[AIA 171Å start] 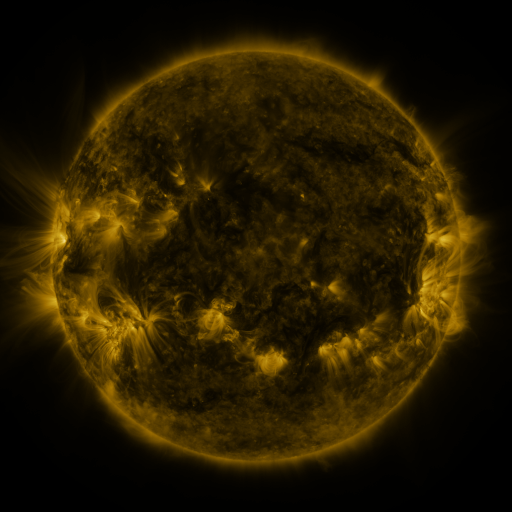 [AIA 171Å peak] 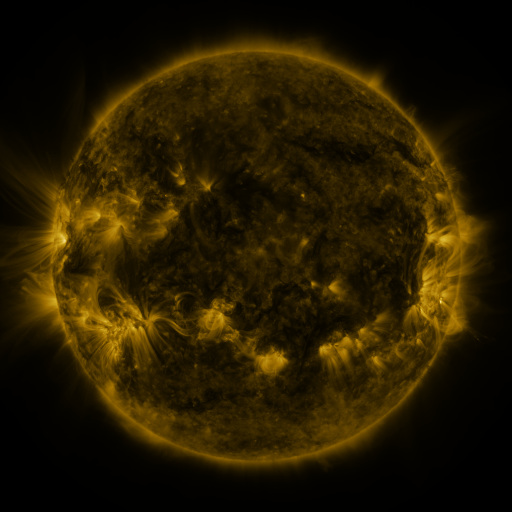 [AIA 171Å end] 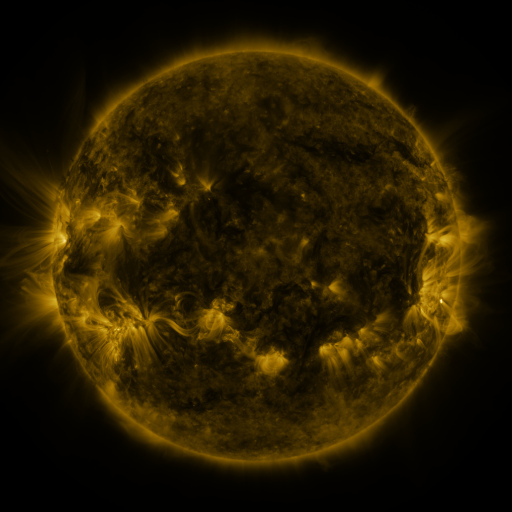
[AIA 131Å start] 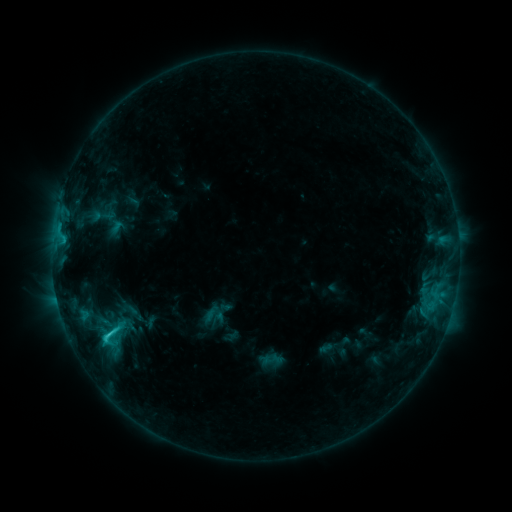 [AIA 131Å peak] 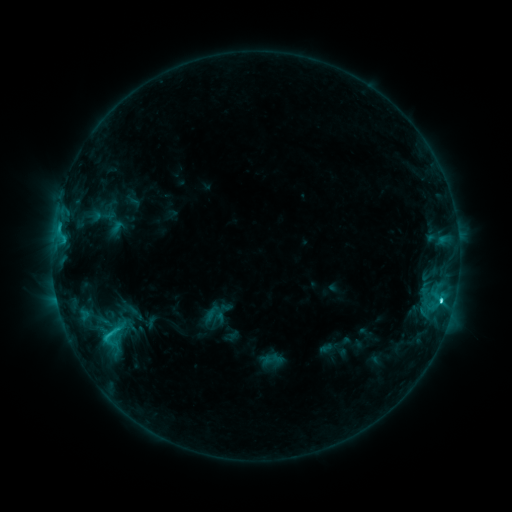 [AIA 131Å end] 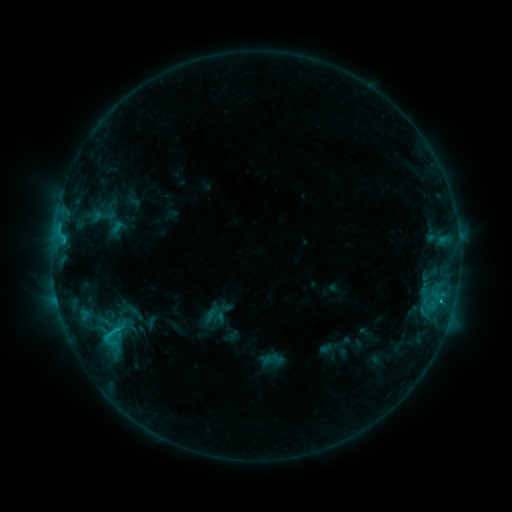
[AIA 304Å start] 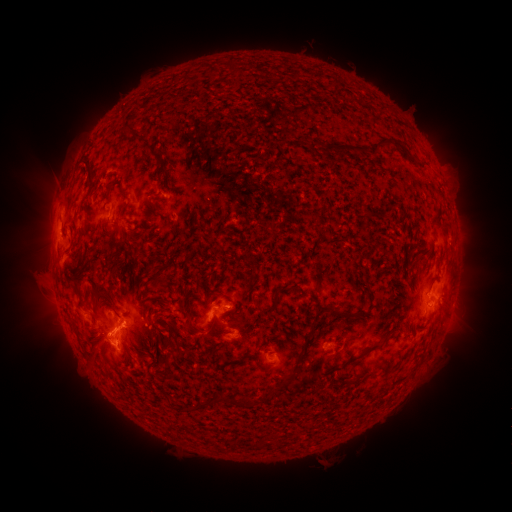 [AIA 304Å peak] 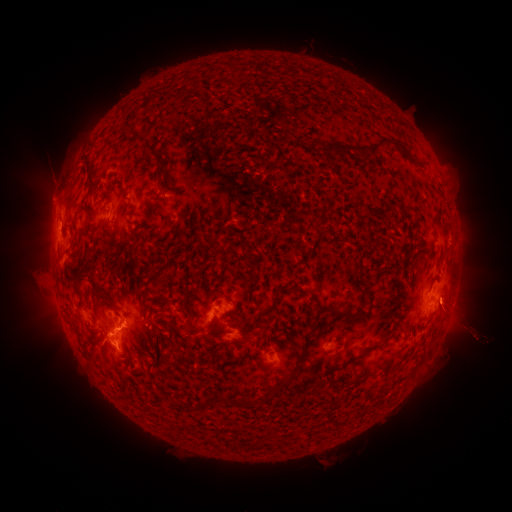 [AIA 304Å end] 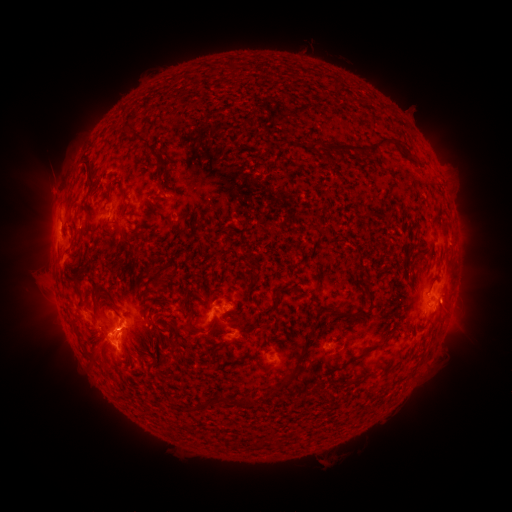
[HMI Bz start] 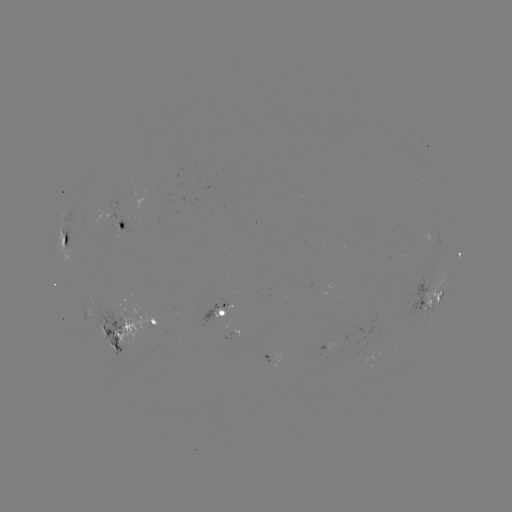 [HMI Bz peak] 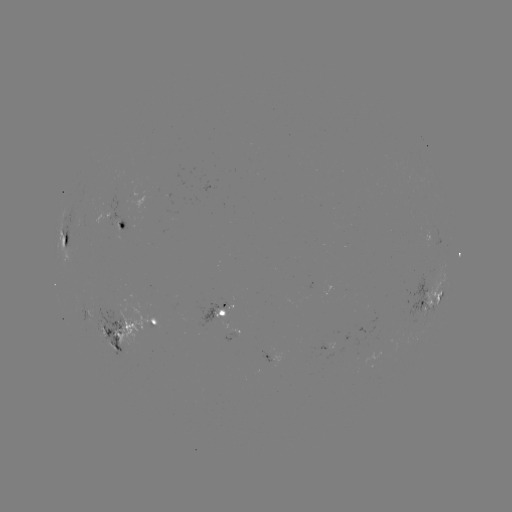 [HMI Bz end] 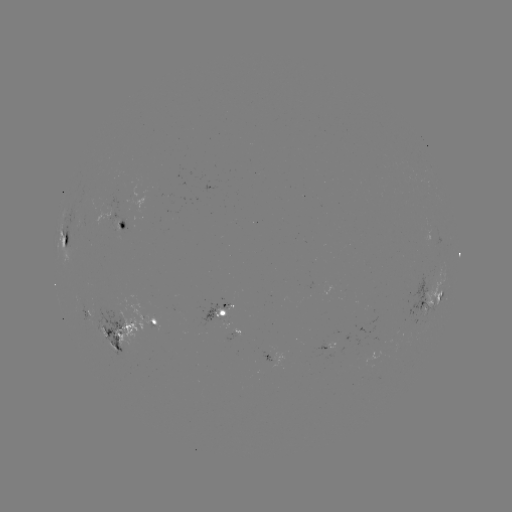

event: eruption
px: (51, 188)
